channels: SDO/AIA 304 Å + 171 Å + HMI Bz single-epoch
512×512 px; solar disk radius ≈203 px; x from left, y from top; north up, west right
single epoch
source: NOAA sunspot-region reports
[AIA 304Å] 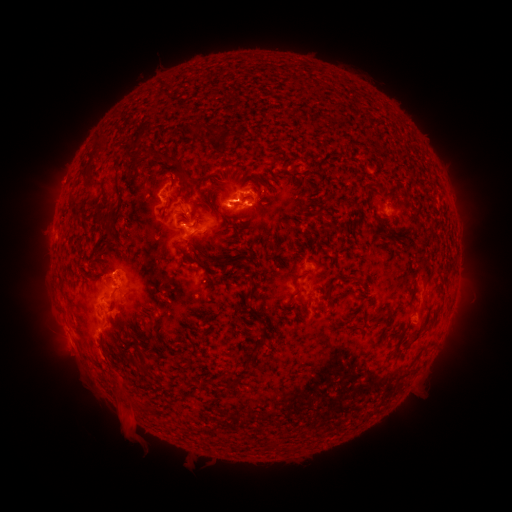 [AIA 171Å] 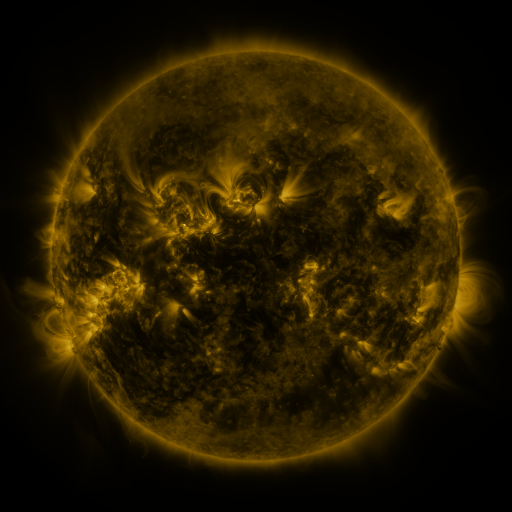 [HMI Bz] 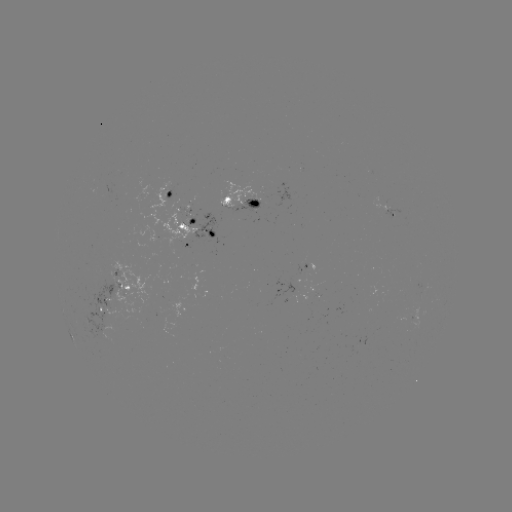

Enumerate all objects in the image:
spotted active region: (169, 193)
spotted active region: (242, 202)
spotted active region: (392, 212)
spotted active region: (199, 227)
spotted active region: (176, 245)
spotted active region: (311, 287)
spotted active region: (428, 292)
spotted active region: (116, 301)
